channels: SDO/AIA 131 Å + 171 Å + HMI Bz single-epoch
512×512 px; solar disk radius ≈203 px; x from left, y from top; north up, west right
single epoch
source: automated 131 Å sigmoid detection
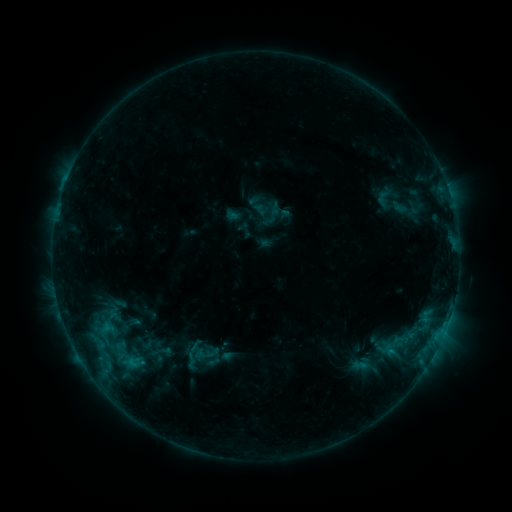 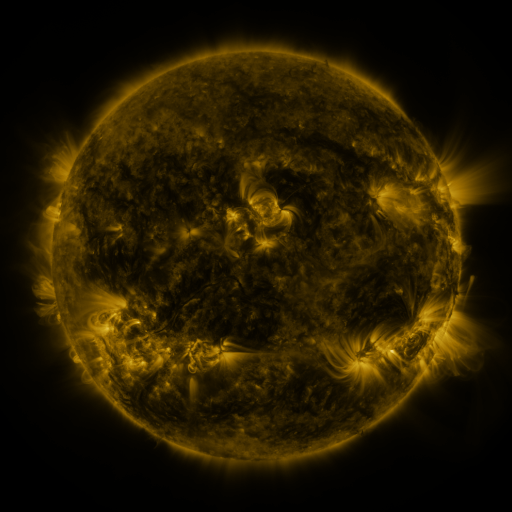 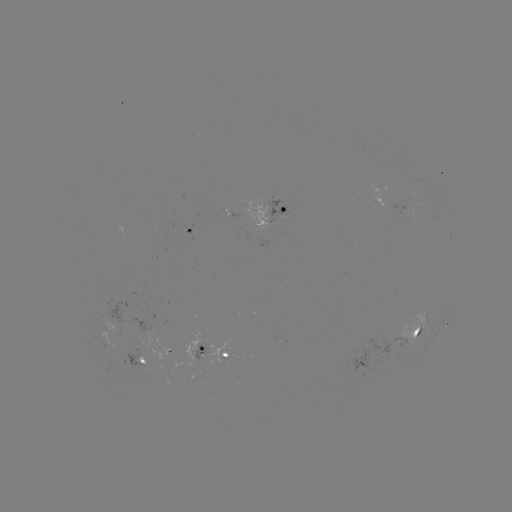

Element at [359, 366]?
sigmoid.